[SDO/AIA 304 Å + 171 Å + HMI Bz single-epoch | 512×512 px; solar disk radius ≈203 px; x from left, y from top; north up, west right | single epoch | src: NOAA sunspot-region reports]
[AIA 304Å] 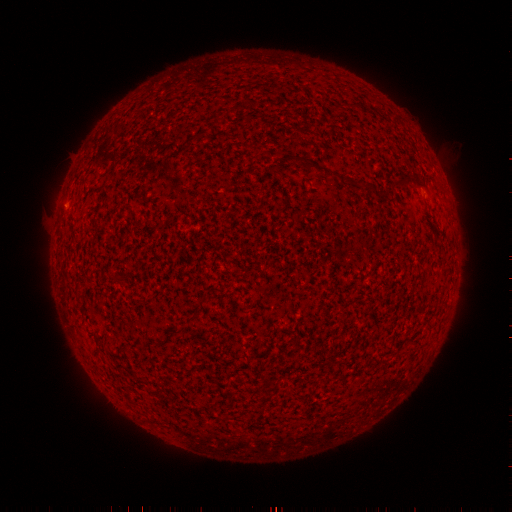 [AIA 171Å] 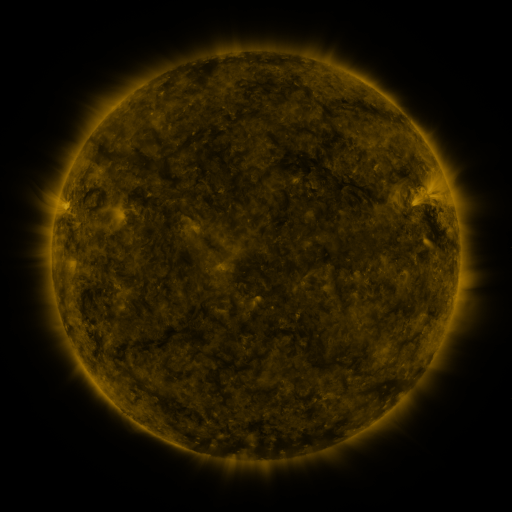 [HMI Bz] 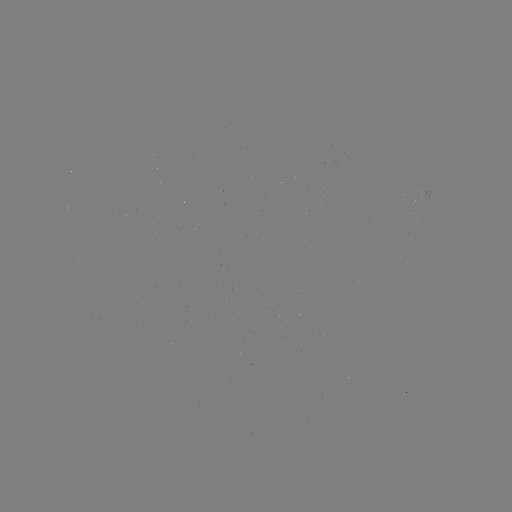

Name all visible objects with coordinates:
(none)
